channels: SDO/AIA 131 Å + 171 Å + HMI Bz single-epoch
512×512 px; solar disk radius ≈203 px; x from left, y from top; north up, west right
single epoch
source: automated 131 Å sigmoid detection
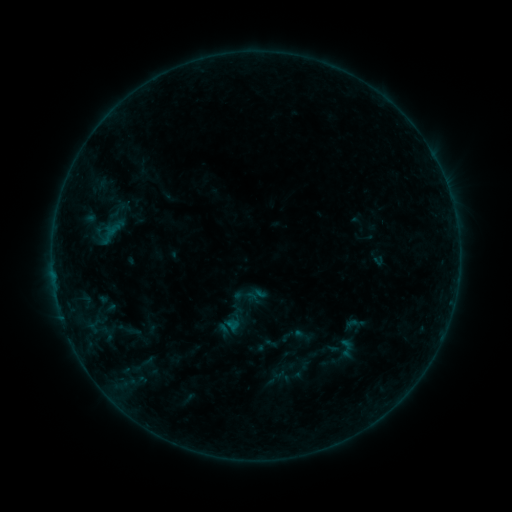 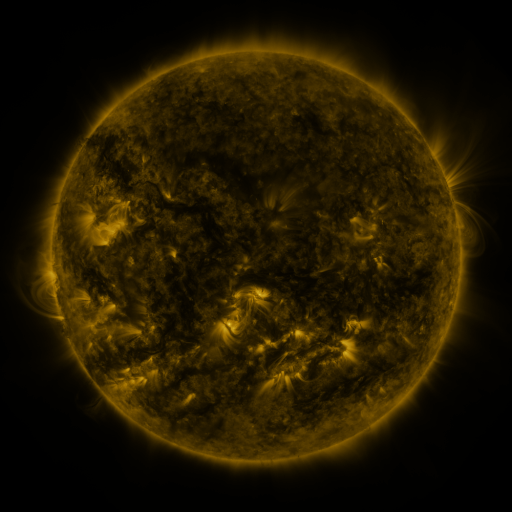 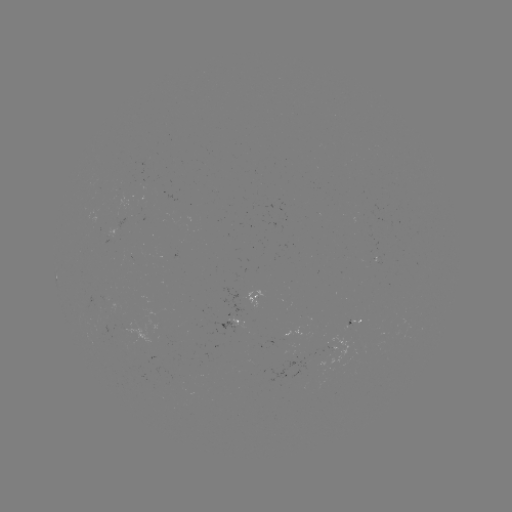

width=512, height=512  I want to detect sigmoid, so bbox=[336, 337, 357, 359].